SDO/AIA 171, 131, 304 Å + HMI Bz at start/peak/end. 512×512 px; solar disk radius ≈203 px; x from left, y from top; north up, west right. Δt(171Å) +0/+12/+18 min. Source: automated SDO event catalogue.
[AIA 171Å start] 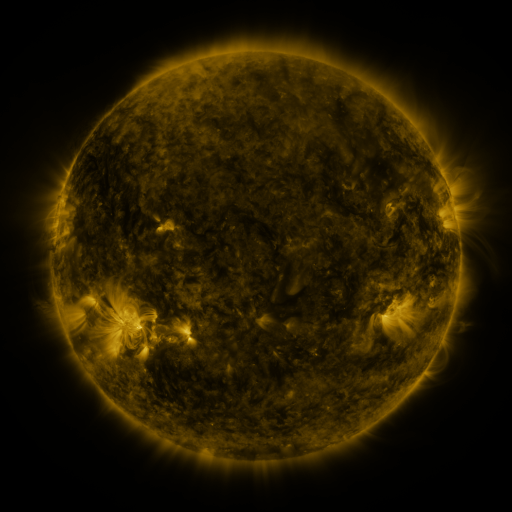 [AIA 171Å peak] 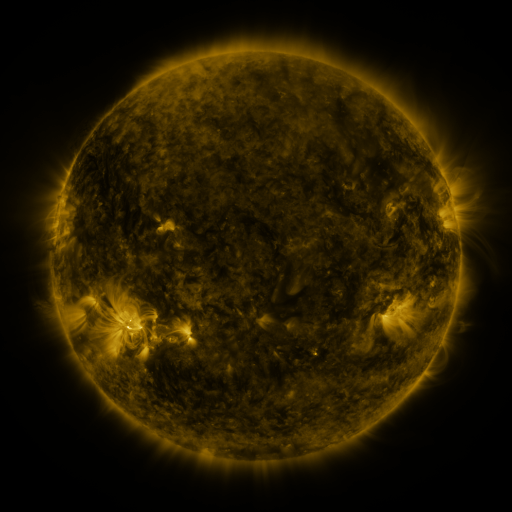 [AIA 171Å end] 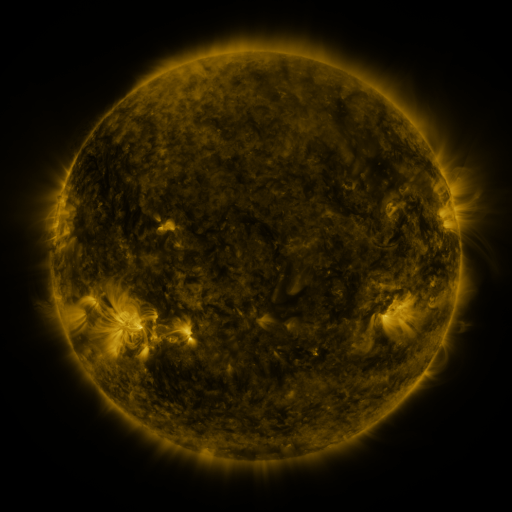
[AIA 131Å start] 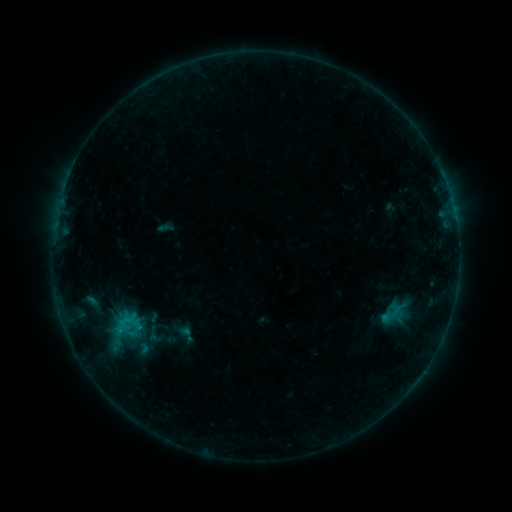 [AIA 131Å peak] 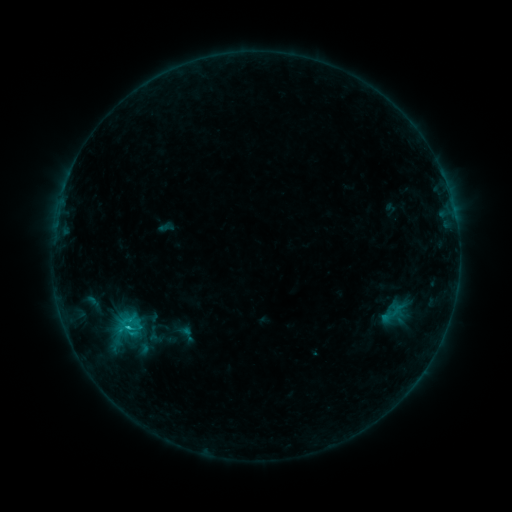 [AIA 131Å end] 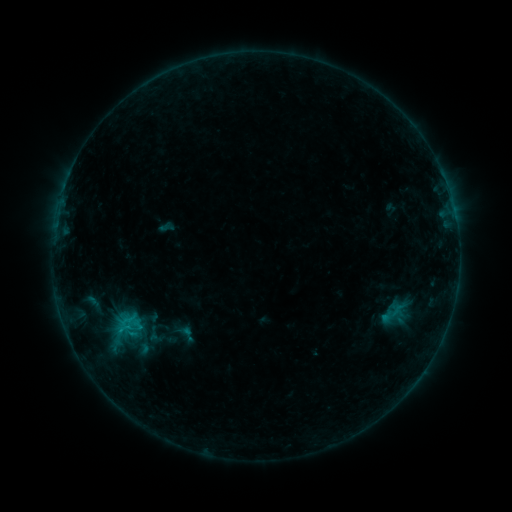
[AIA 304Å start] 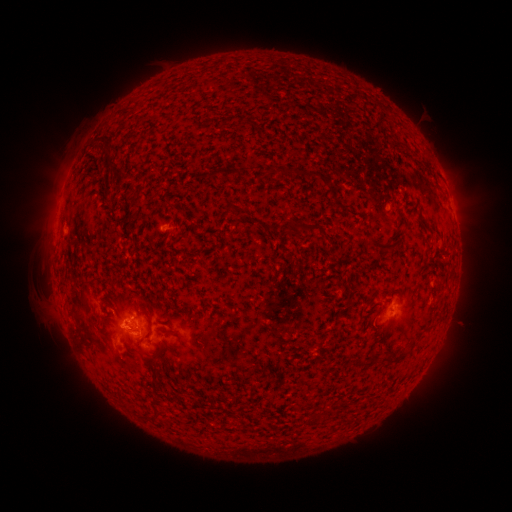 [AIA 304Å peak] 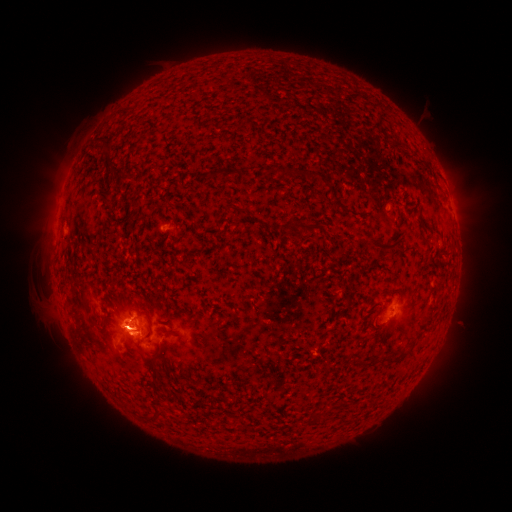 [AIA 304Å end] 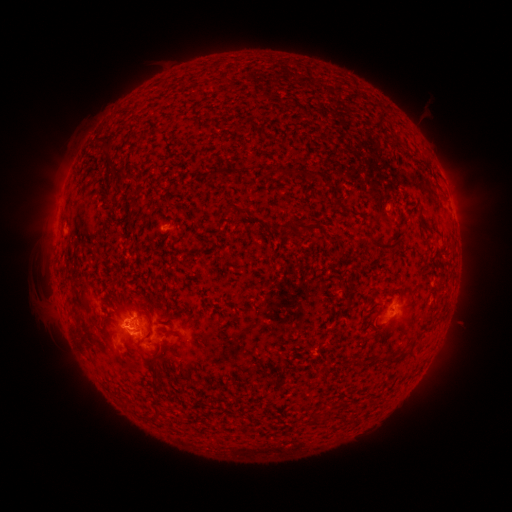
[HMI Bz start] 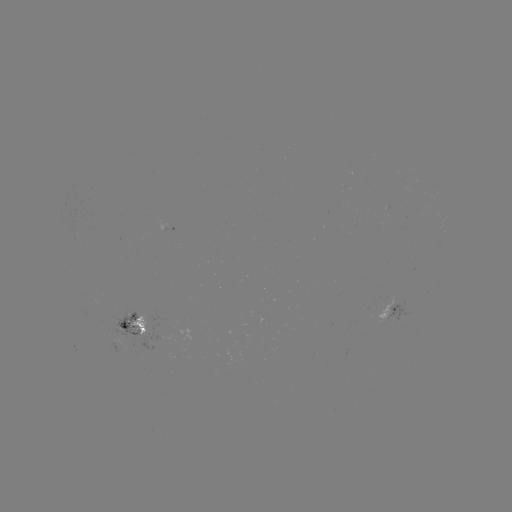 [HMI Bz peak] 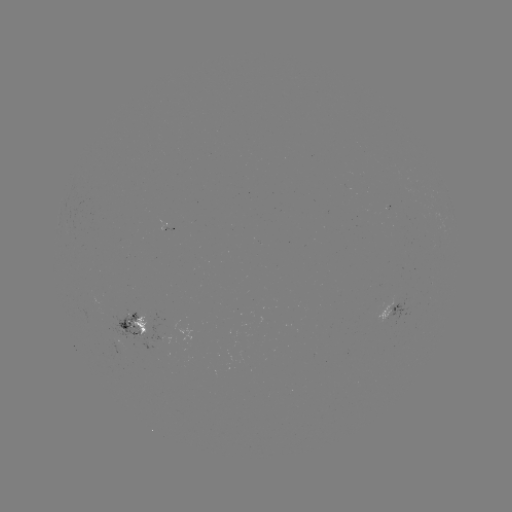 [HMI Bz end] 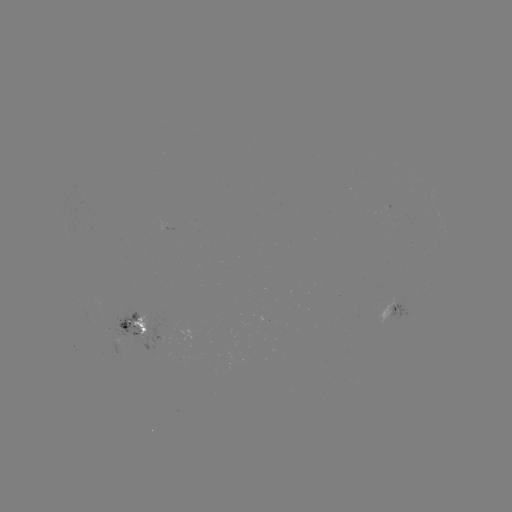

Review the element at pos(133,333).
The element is C1.1 flare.